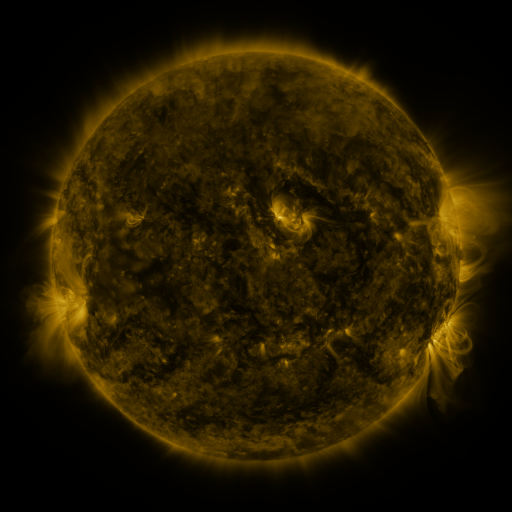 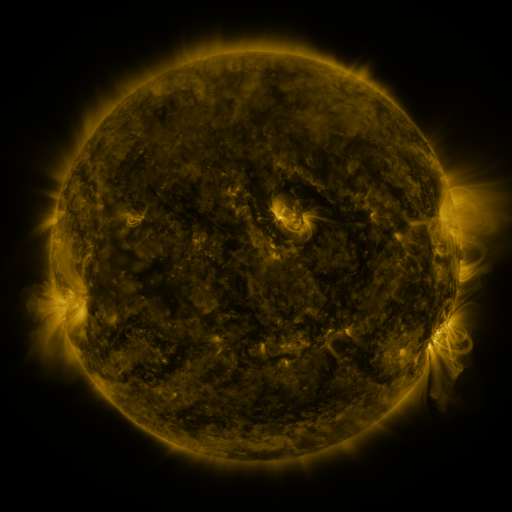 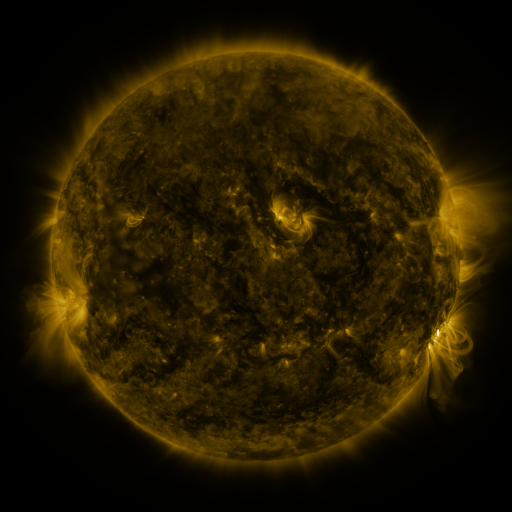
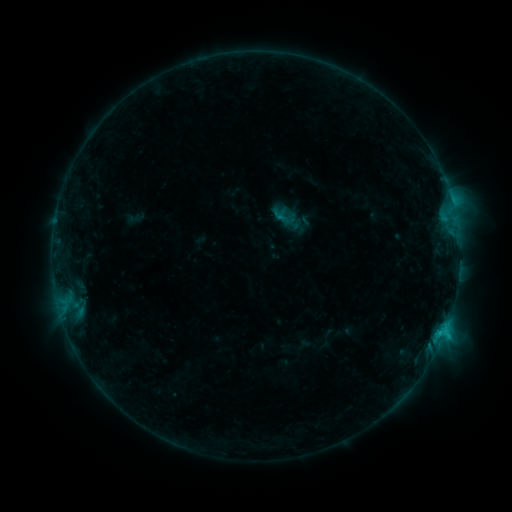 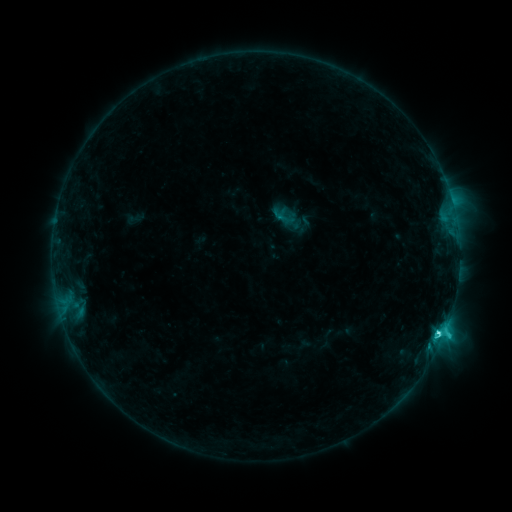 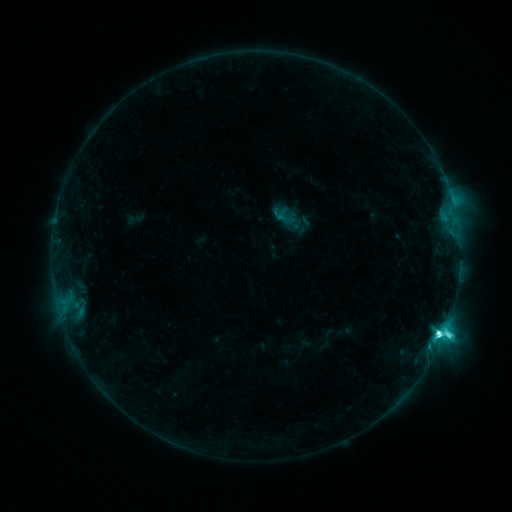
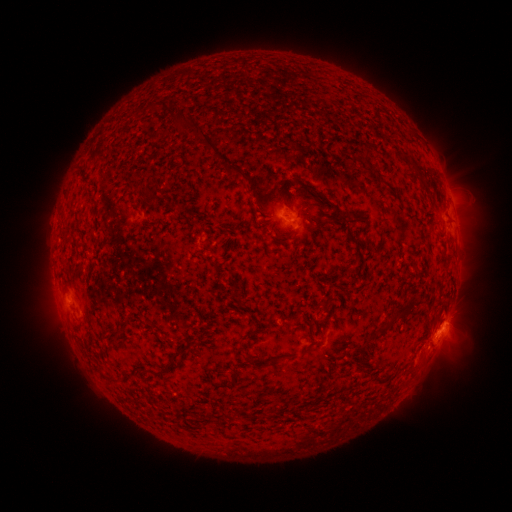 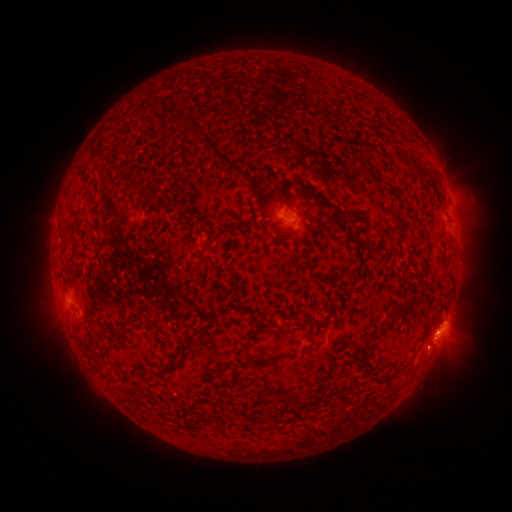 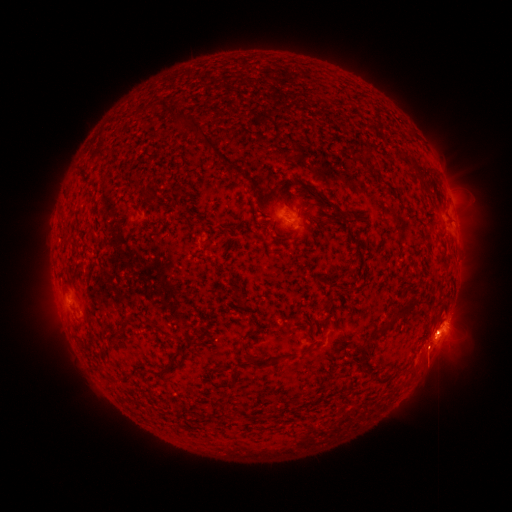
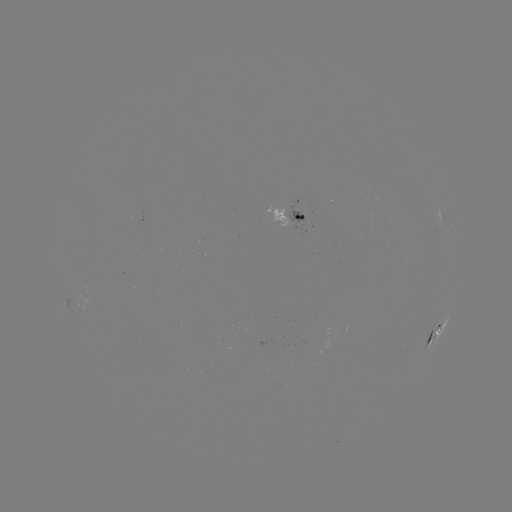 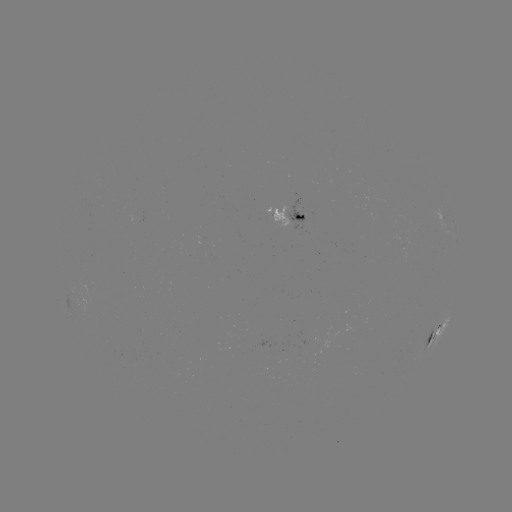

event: flare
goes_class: M1.0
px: (438, 331)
